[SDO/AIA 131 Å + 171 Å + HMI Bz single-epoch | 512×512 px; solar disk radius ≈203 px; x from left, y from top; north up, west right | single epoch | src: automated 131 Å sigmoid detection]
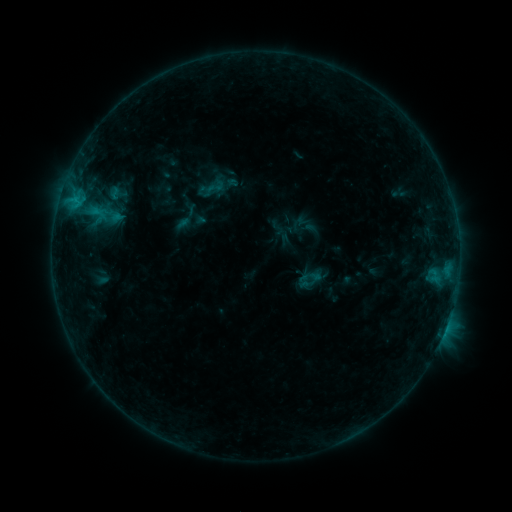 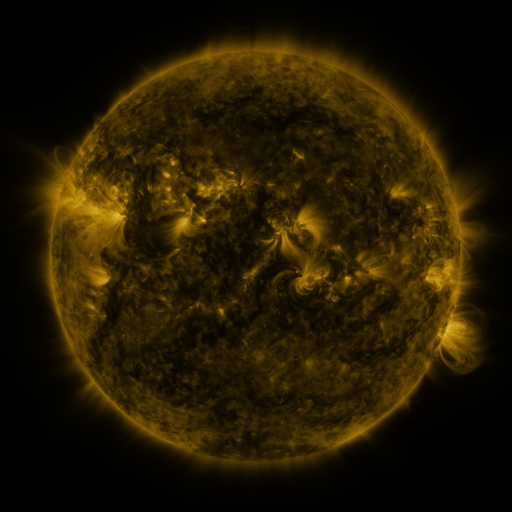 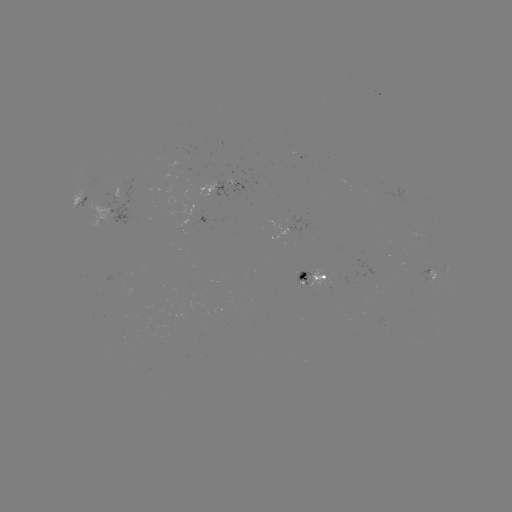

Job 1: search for sigmoid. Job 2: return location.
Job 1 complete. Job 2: [215, 186].